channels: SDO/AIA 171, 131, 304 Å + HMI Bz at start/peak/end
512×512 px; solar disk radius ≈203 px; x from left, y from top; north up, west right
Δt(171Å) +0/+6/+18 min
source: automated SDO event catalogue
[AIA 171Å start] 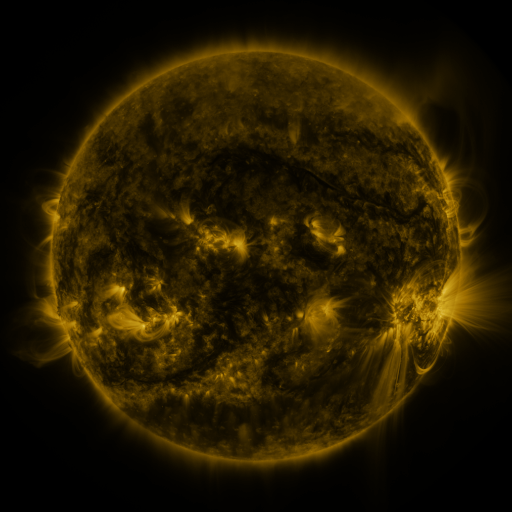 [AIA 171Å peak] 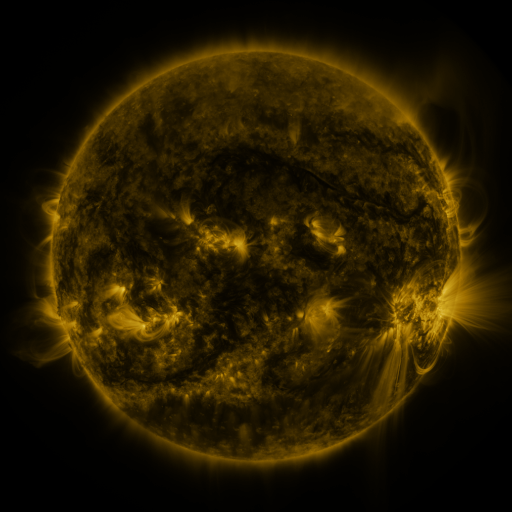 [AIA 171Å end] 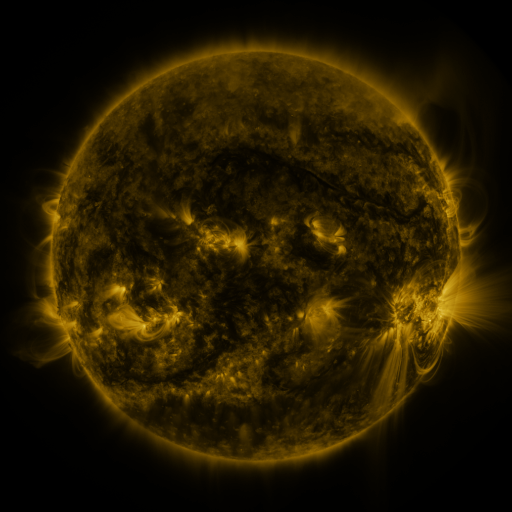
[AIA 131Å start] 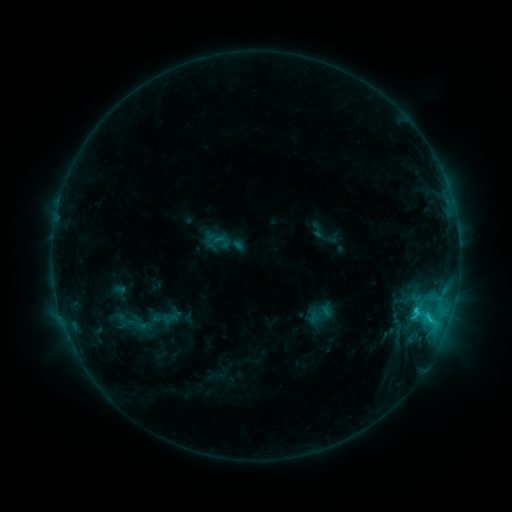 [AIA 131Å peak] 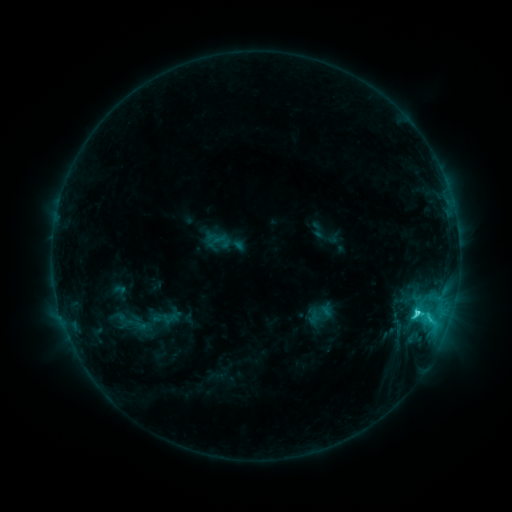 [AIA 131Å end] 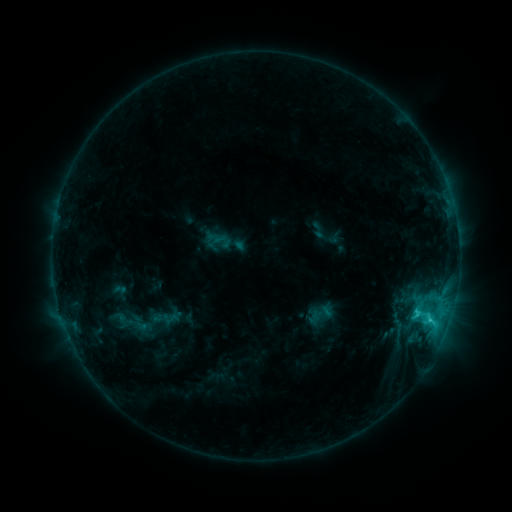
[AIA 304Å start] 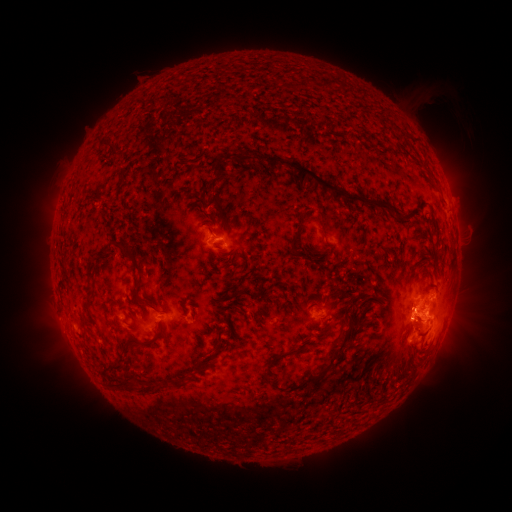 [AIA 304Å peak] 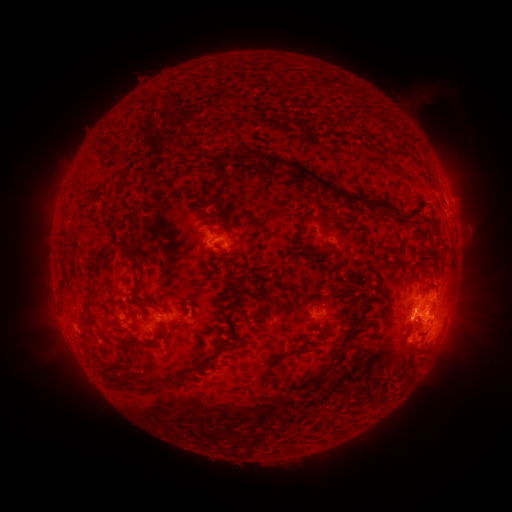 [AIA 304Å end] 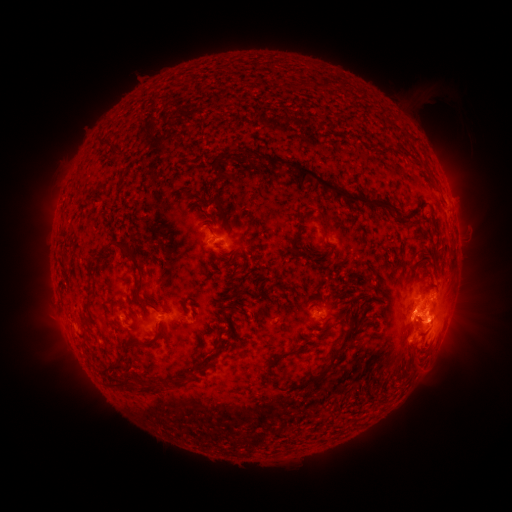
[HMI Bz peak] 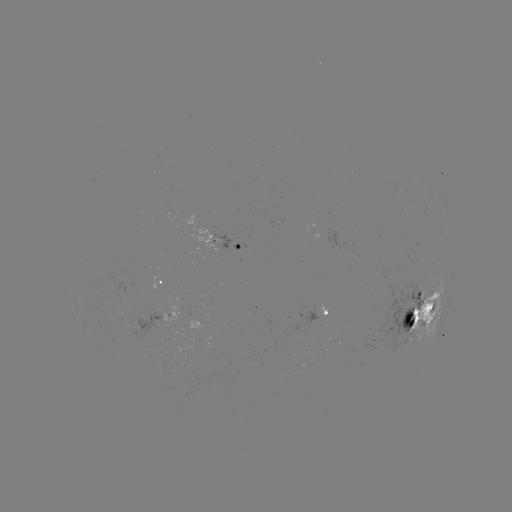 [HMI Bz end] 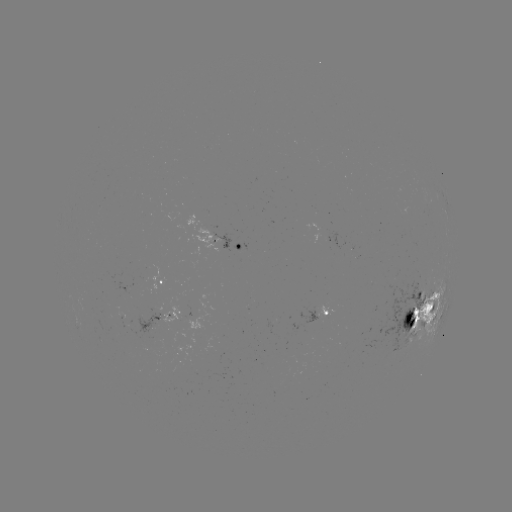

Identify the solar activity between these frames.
C4.6 flare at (416, 311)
